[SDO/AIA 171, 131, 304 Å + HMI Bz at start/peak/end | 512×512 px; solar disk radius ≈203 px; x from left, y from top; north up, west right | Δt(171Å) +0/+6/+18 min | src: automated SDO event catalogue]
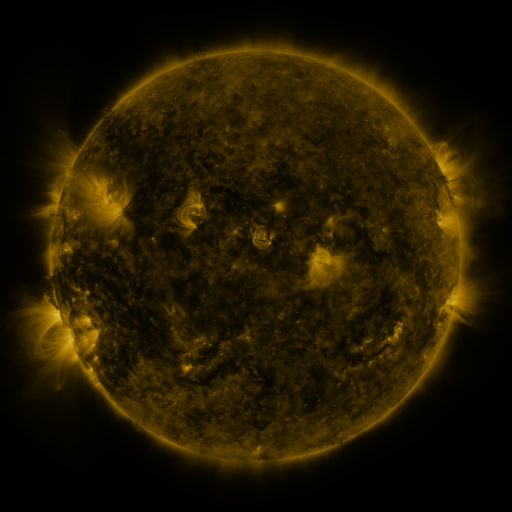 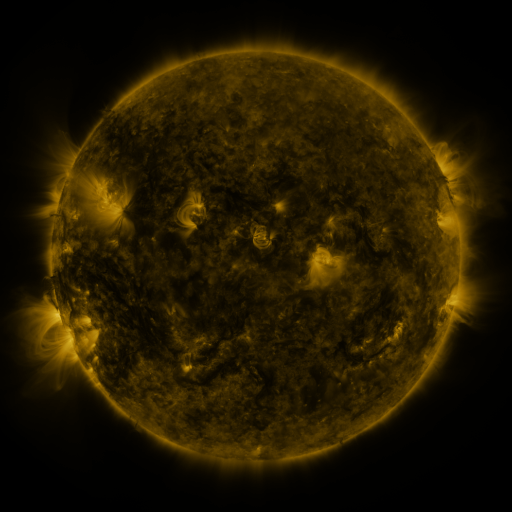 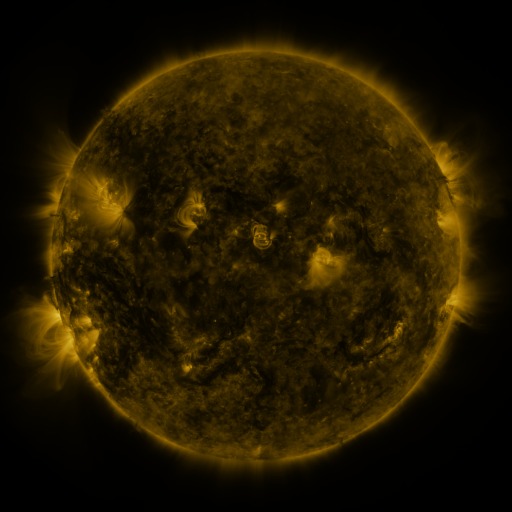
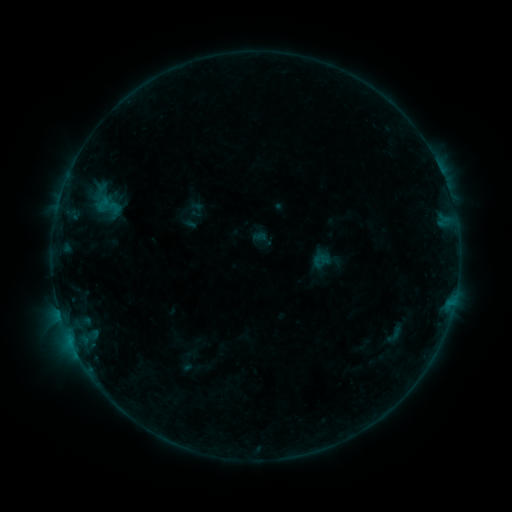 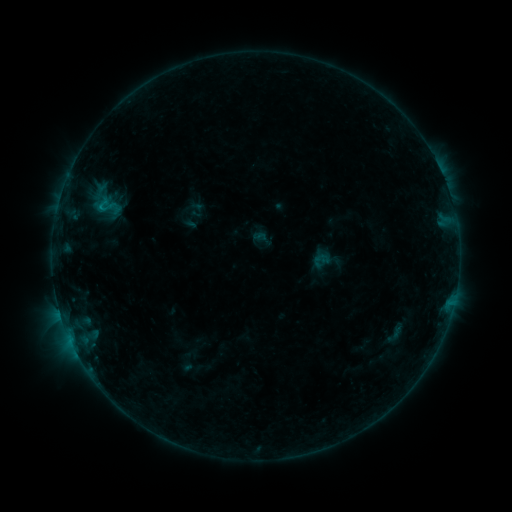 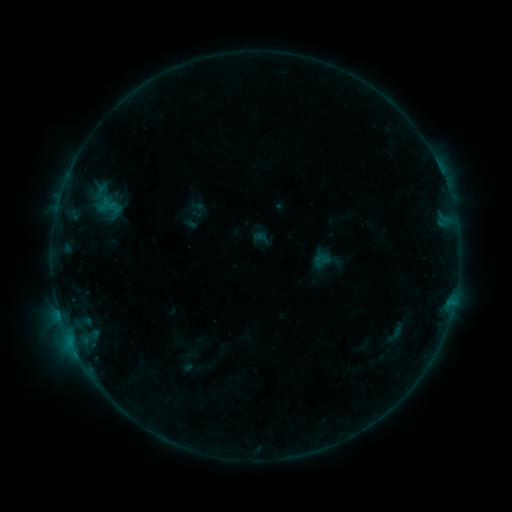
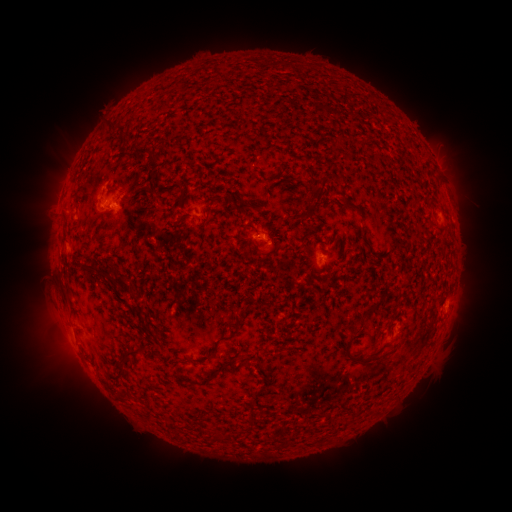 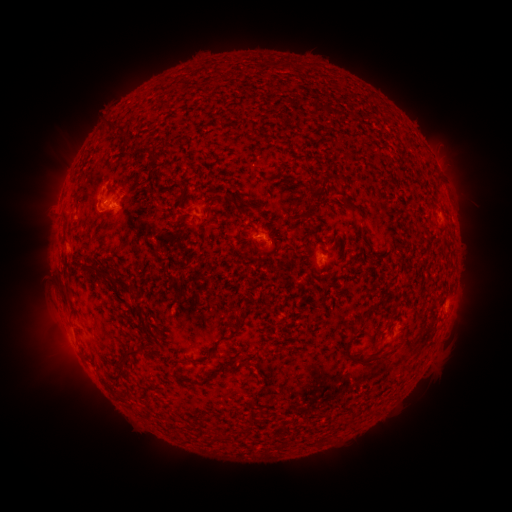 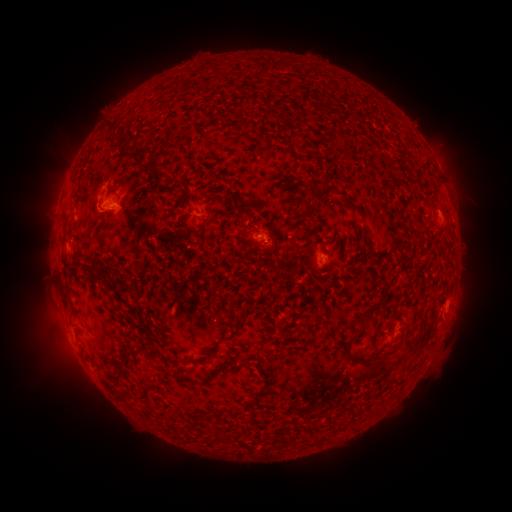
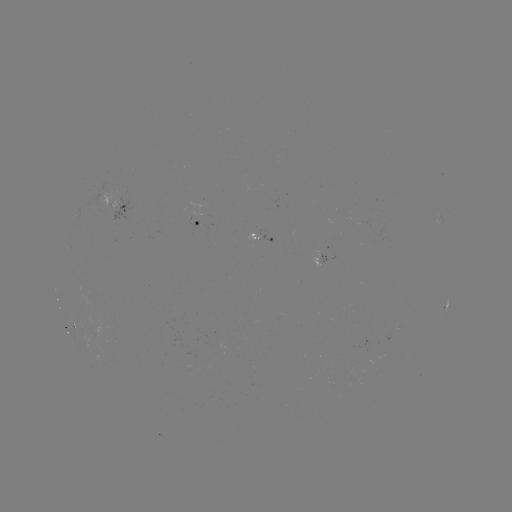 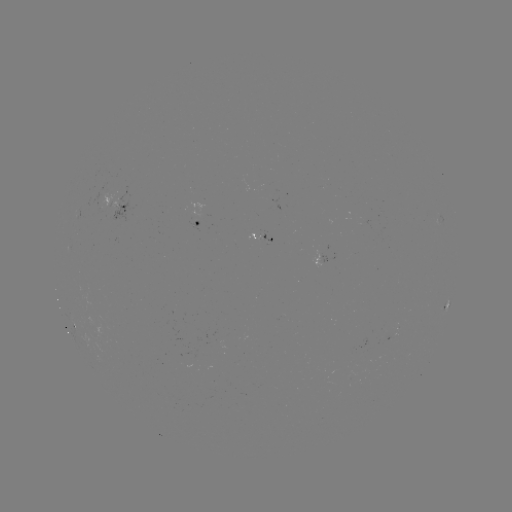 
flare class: B3.7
